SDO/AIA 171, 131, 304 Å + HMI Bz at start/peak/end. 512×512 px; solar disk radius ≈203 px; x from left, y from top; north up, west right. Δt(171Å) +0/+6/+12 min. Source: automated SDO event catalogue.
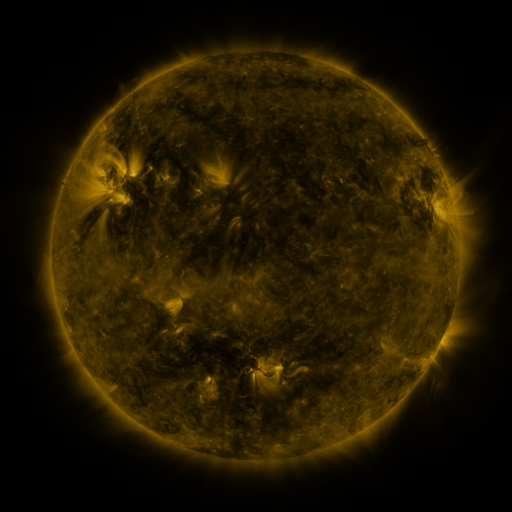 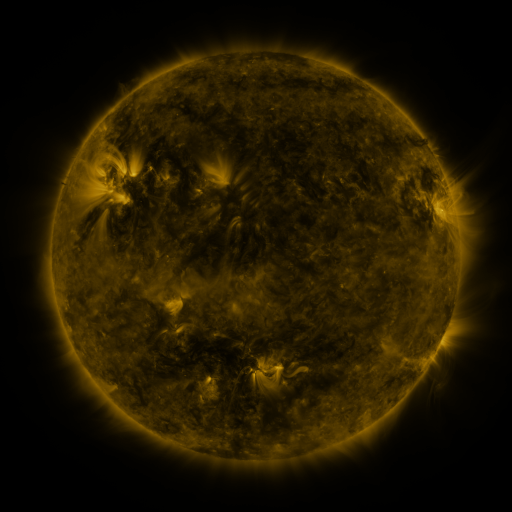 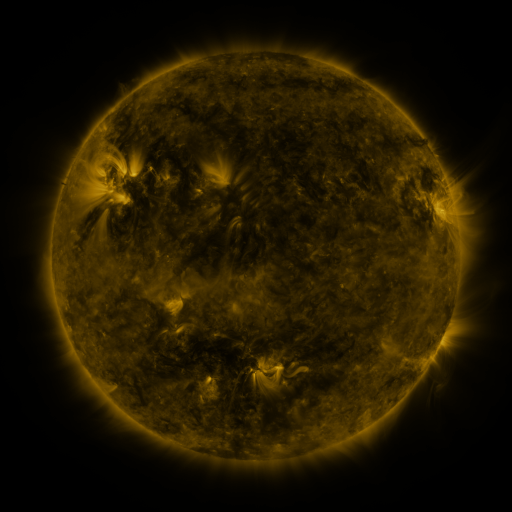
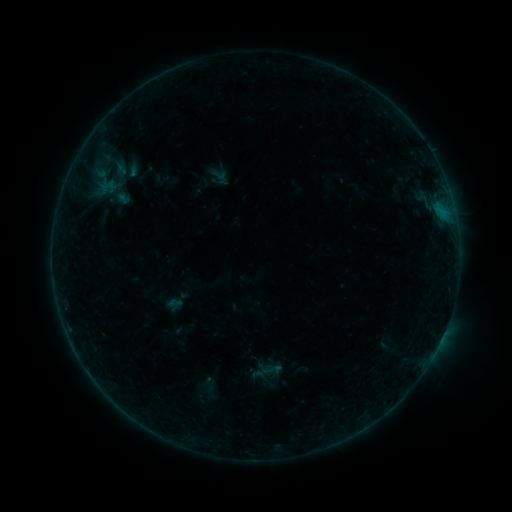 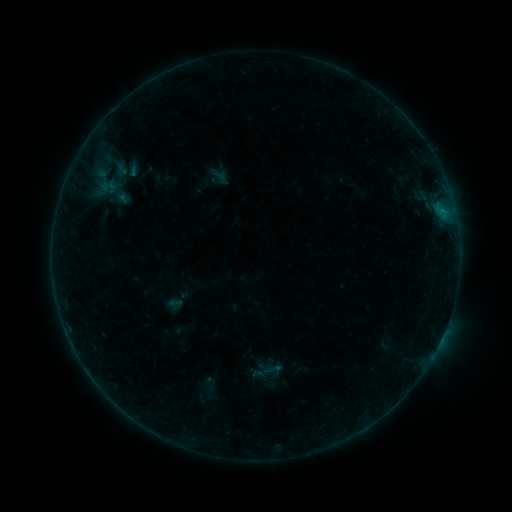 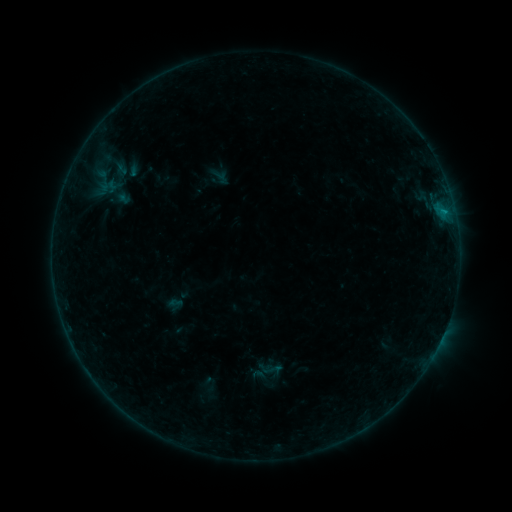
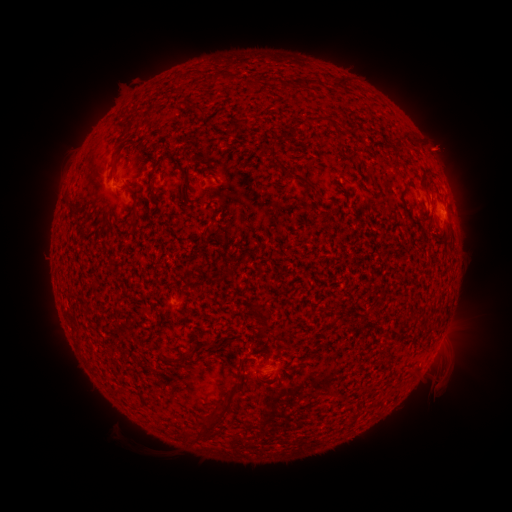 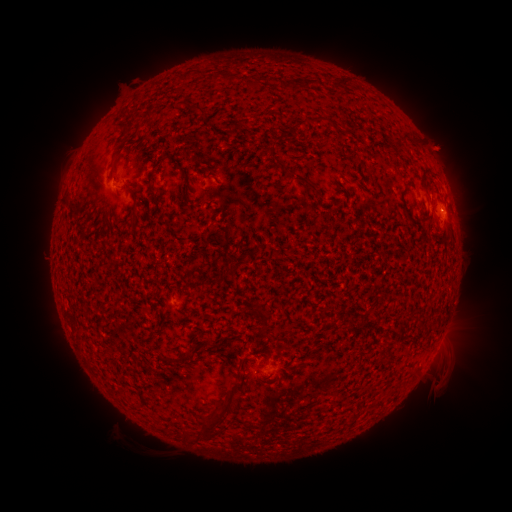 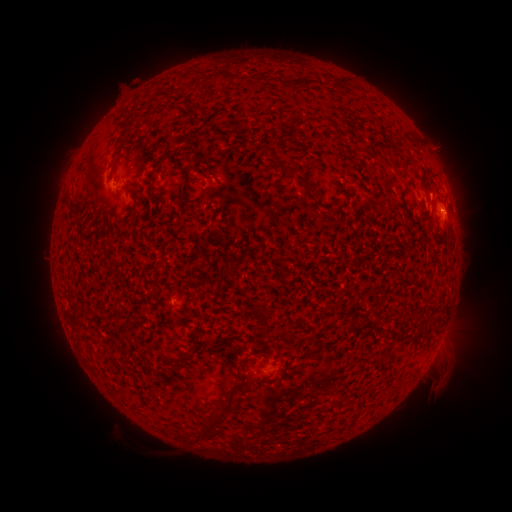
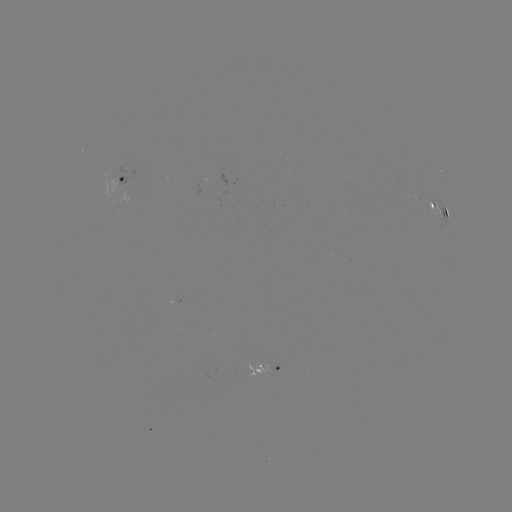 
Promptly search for B2.5 flare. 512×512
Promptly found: [441, 209].